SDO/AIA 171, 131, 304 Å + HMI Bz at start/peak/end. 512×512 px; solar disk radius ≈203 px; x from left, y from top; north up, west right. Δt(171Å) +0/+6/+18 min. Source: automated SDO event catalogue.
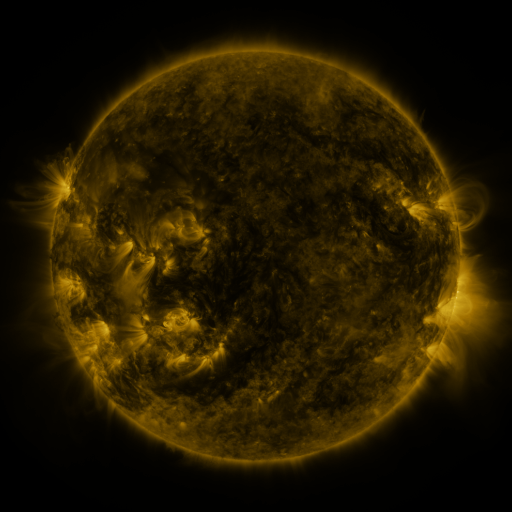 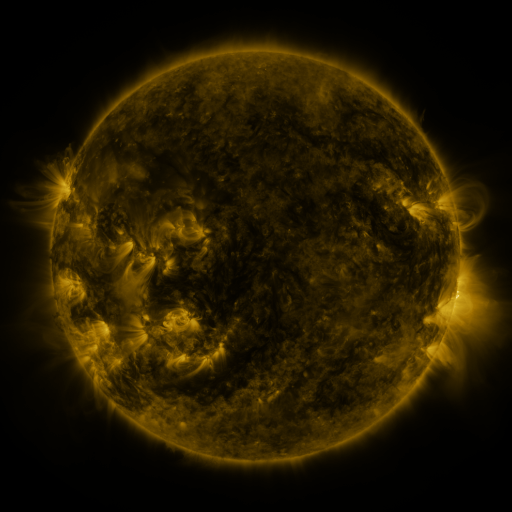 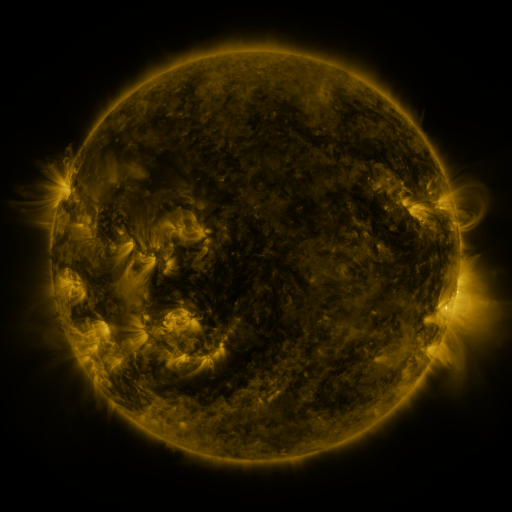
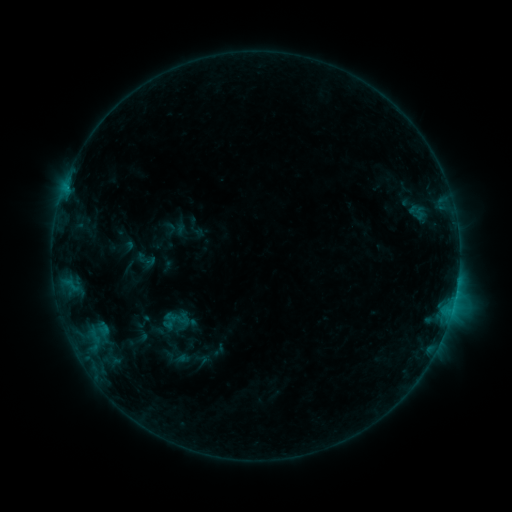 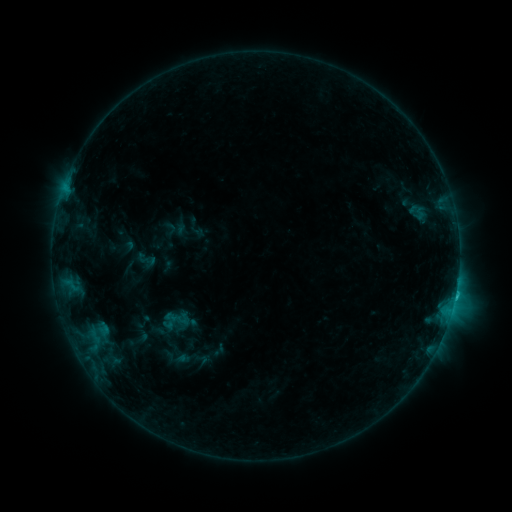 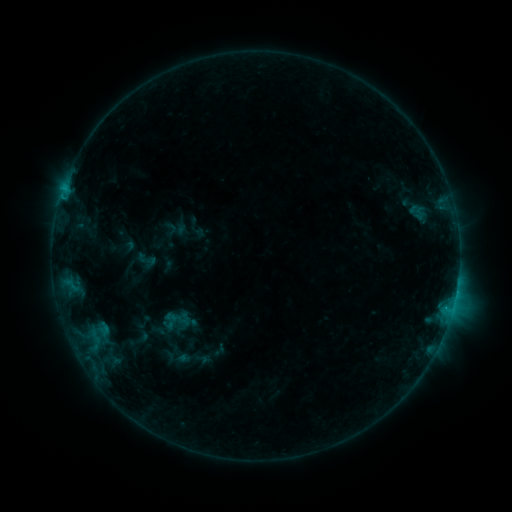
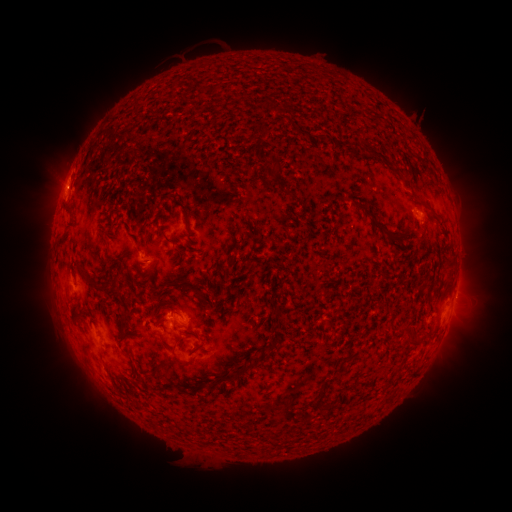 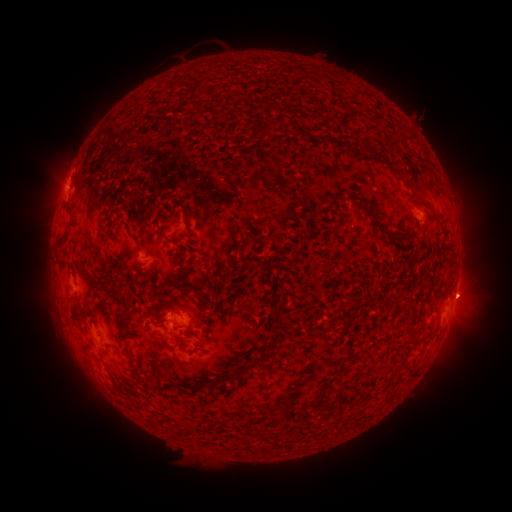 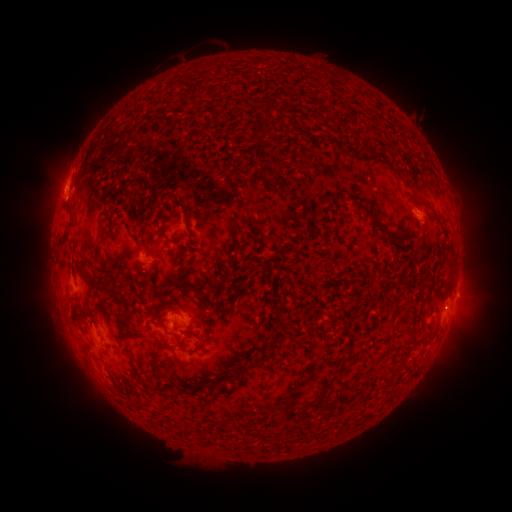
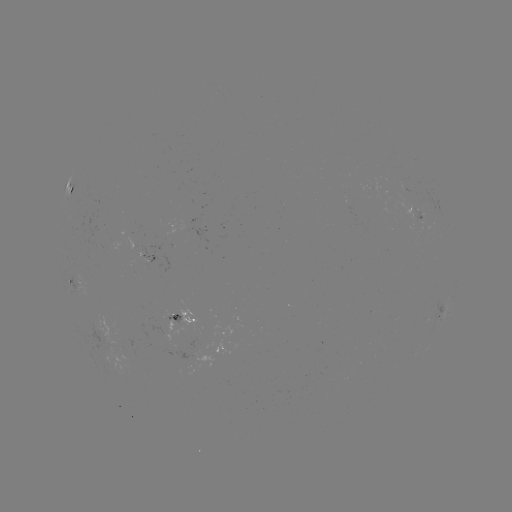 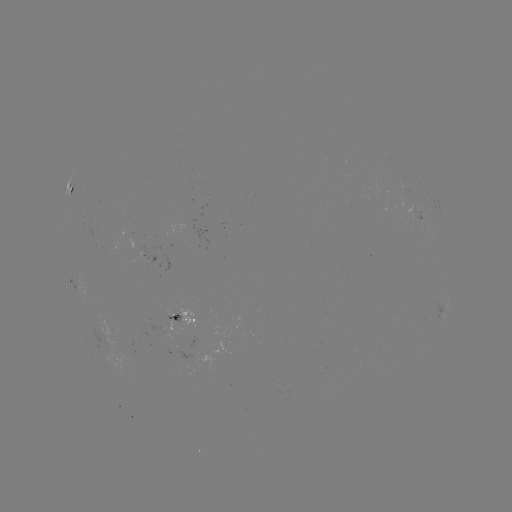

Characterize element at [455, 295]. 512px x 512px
B7.7 flare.